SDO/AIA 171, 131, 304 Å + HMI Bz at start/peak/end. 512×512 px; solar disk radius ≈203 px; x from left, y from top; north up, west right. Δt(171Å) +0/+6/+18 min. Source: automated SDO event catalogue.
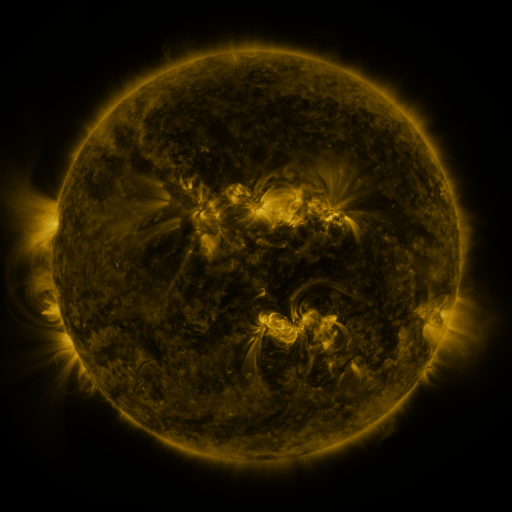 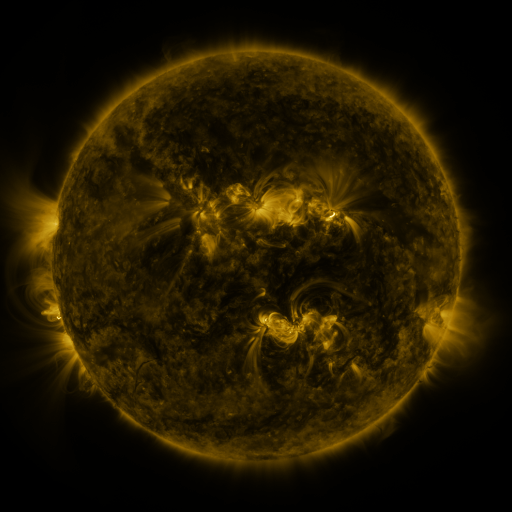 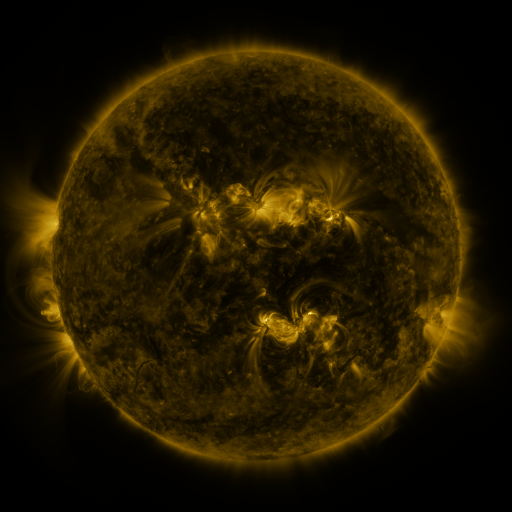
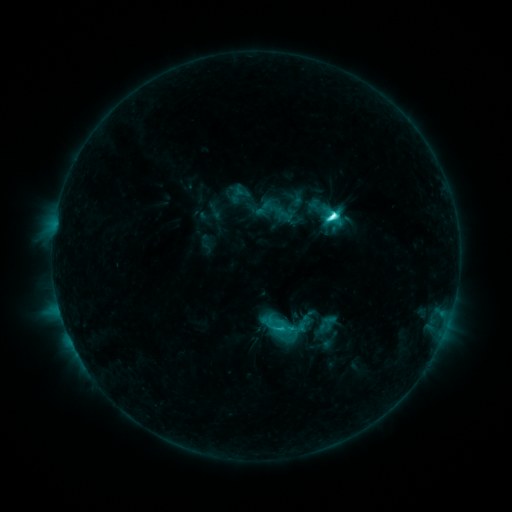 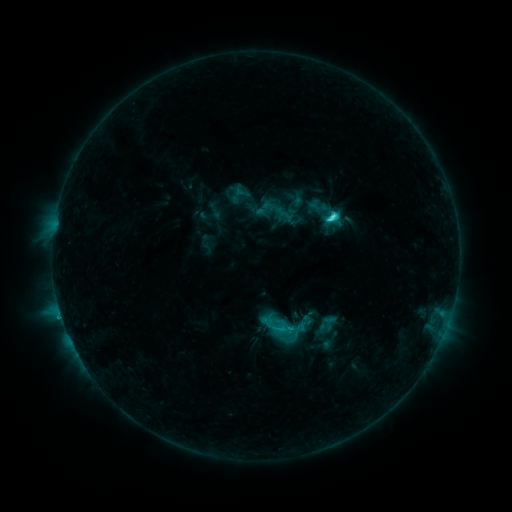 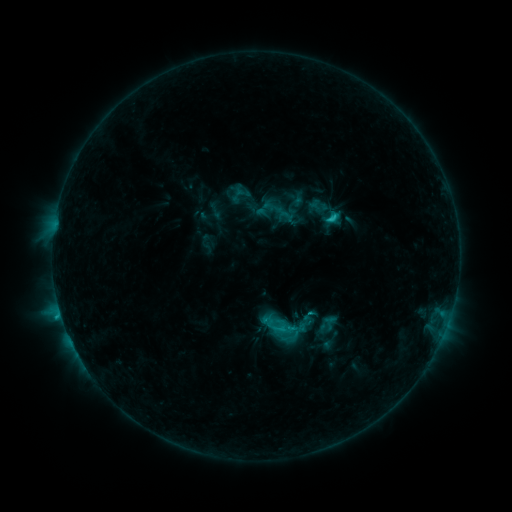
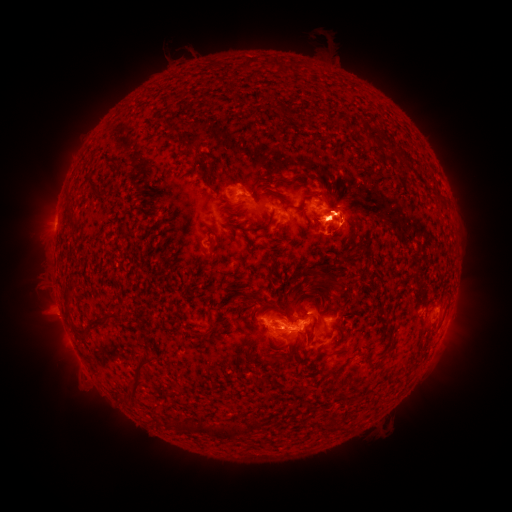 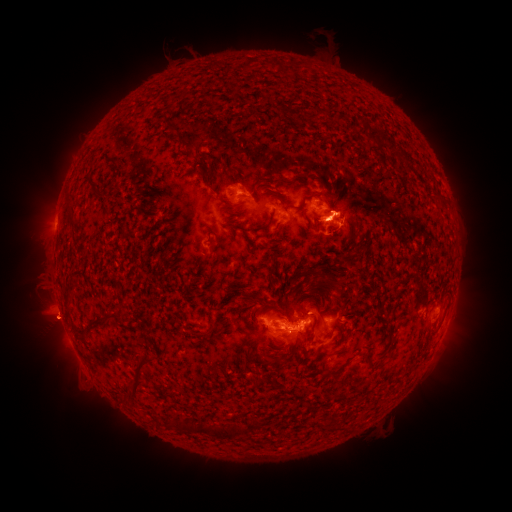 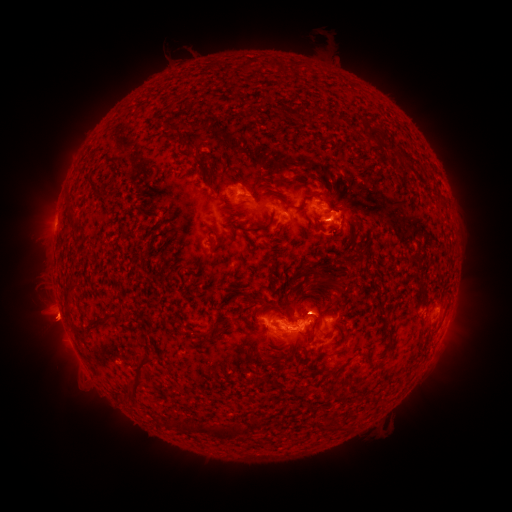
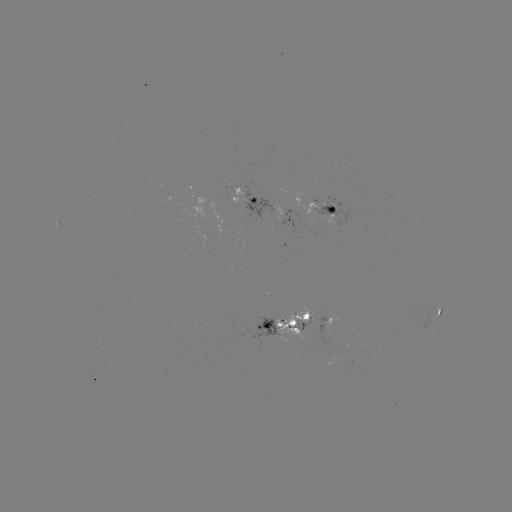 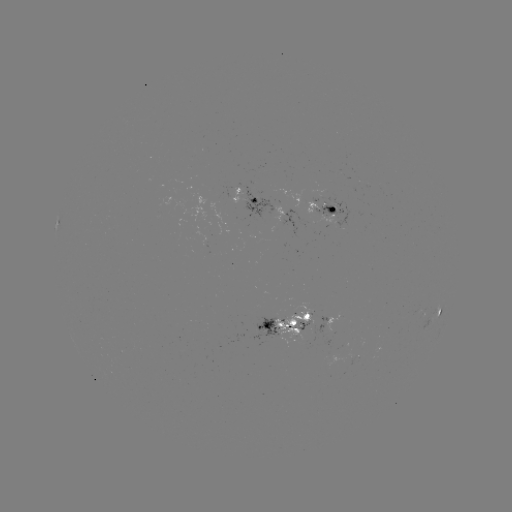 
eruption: <bbox>29, 297, 84, 351</bbox>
